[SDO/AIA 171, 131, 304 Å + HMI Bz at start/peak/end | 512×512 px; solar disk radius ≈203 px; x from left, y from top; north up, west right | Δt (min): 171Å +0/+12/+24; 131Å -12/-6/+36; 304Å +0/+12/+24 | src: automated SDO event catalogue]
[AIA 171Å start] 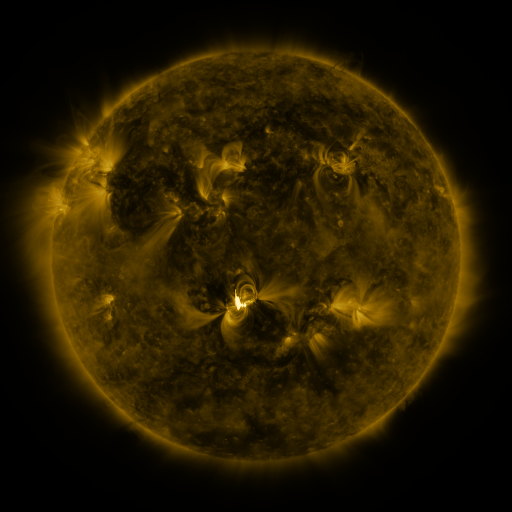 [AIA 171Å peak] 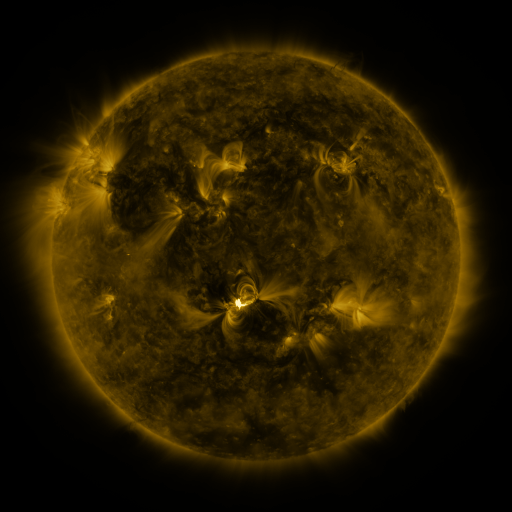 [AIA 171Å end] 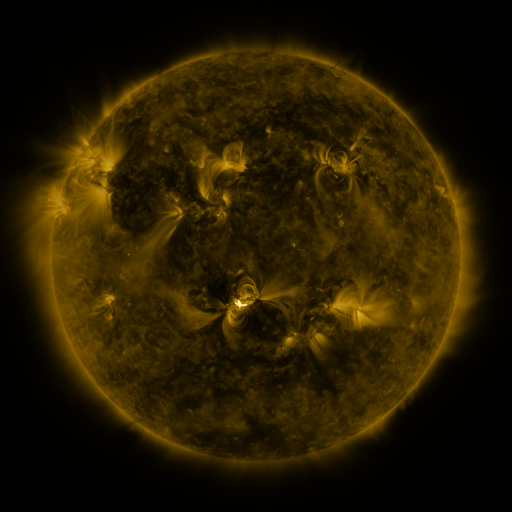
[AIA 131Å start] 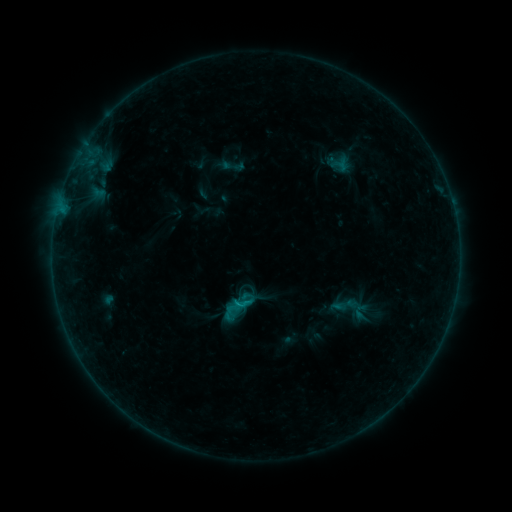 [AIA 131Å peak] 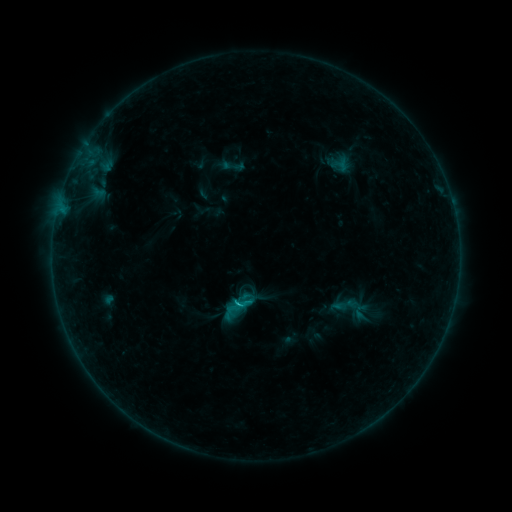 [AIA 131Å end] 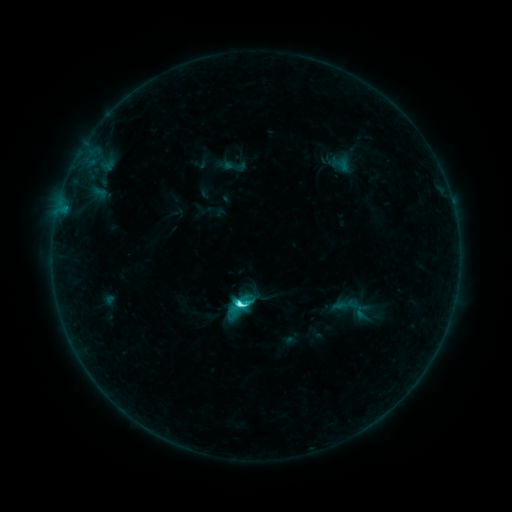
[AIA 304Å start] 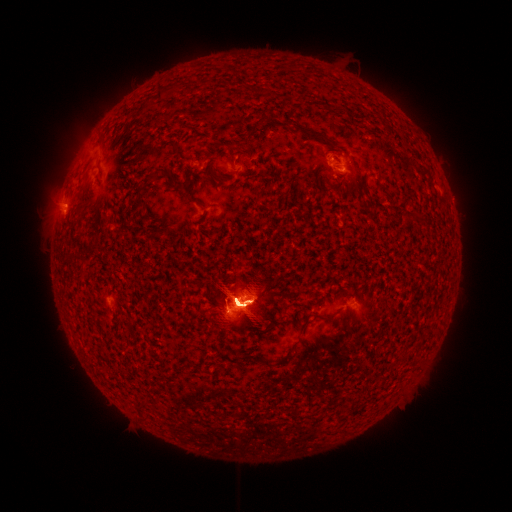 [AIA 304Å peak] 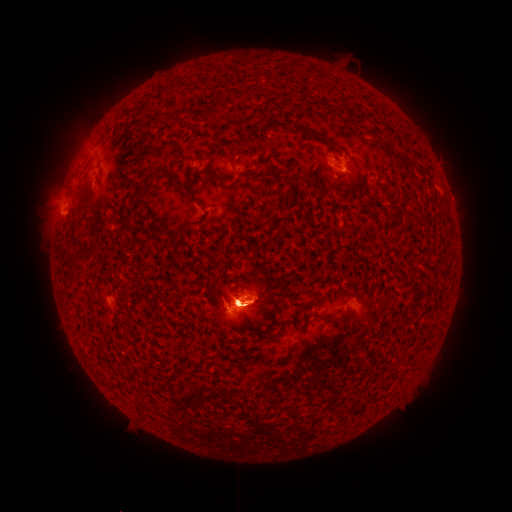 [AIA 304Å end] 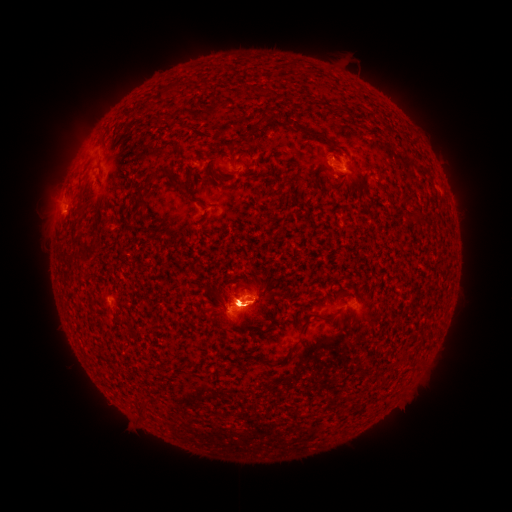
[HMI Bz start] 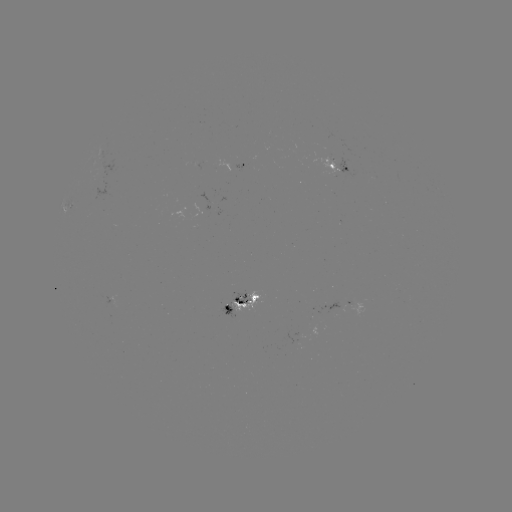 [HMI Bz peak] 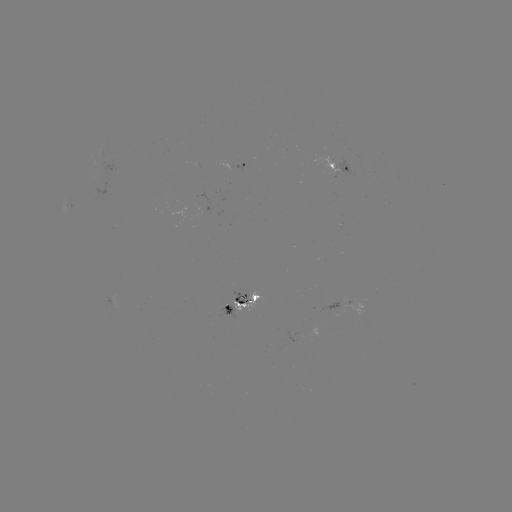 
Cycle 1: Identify eruption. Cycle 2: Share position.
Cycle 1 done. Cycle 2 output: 99,388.